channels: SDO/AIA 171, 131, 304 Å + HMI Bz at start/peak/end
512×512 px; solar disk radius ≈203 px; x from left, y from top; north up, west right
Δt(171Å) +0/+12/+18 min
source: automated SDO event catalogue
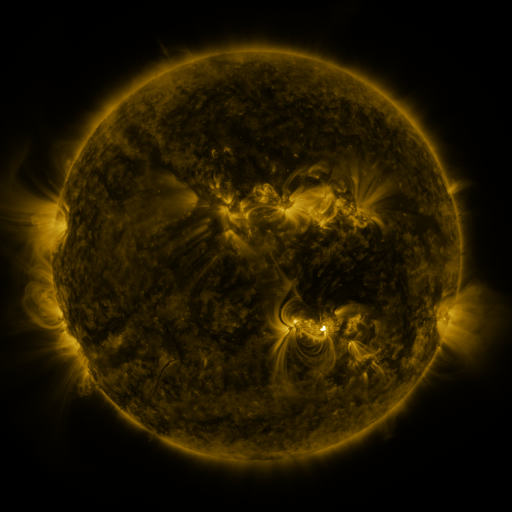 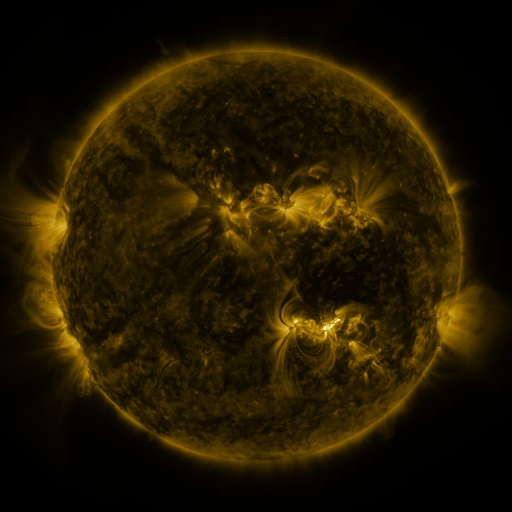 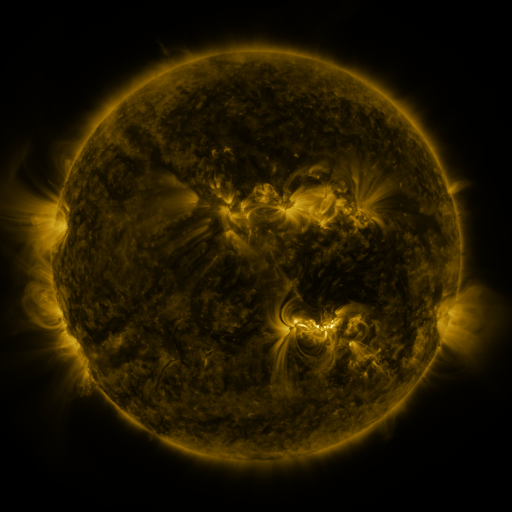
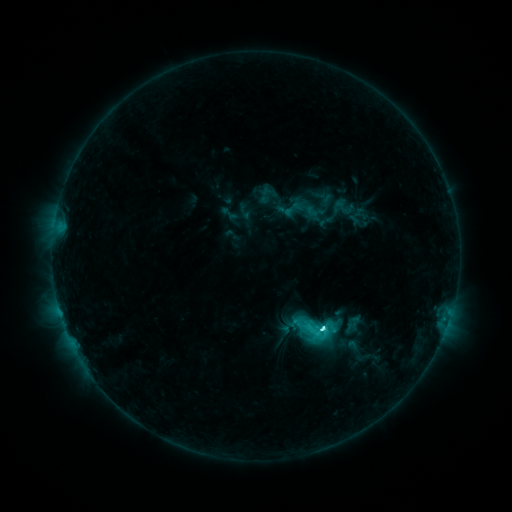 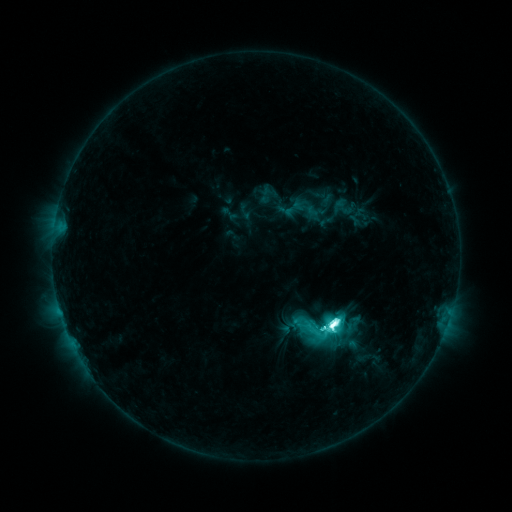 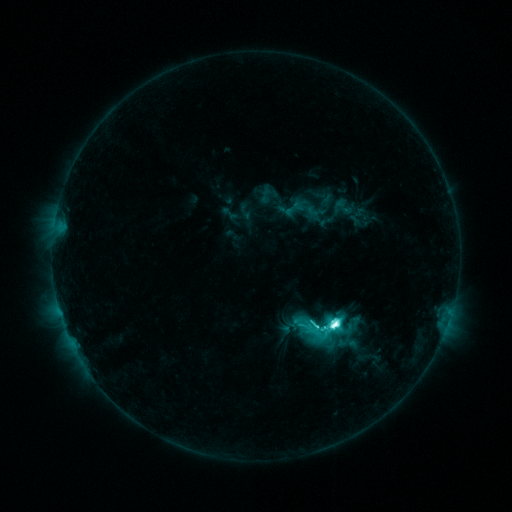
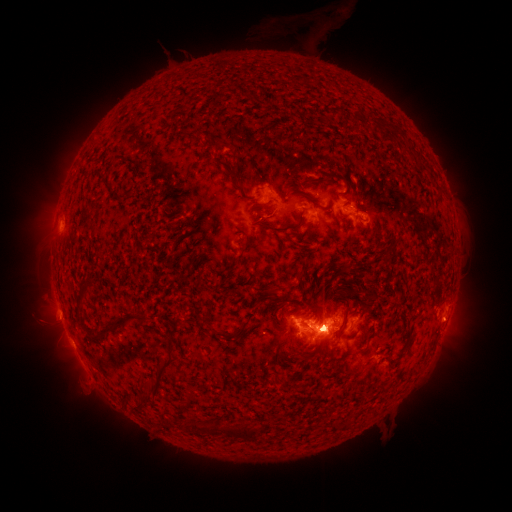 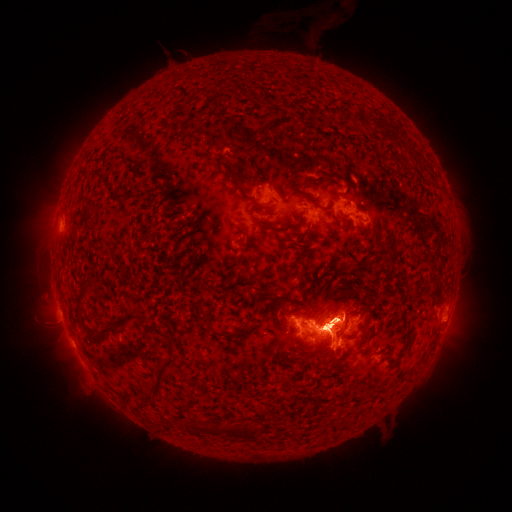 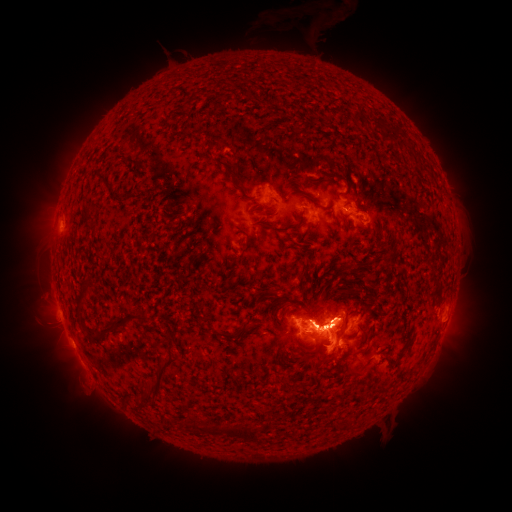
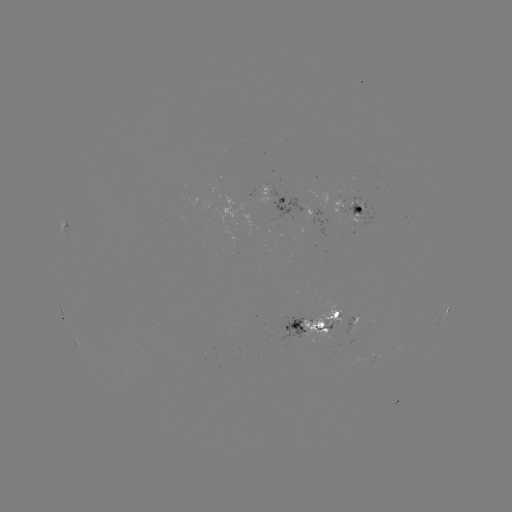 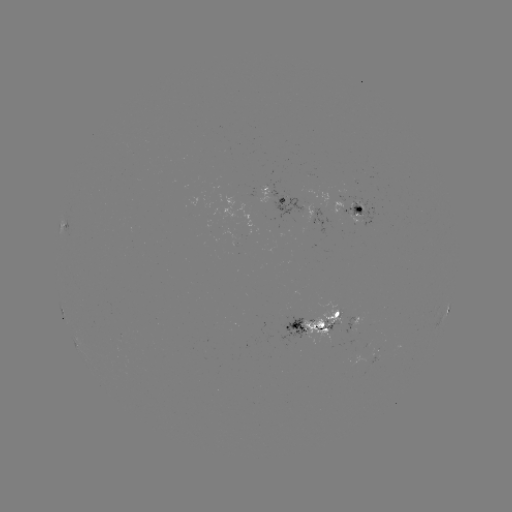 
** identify eruption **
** [459, 326] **